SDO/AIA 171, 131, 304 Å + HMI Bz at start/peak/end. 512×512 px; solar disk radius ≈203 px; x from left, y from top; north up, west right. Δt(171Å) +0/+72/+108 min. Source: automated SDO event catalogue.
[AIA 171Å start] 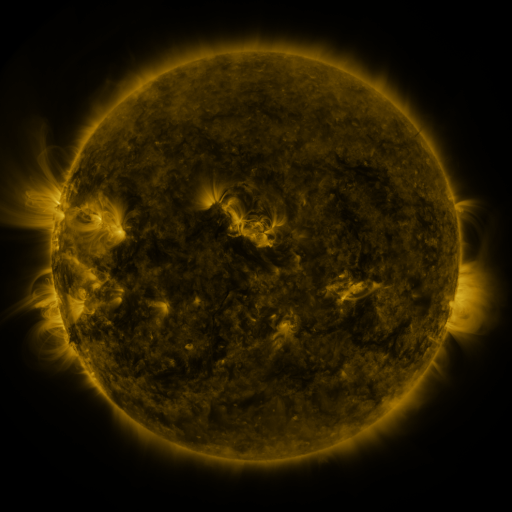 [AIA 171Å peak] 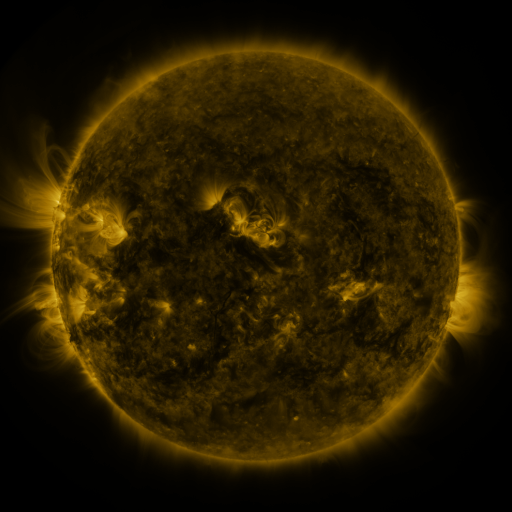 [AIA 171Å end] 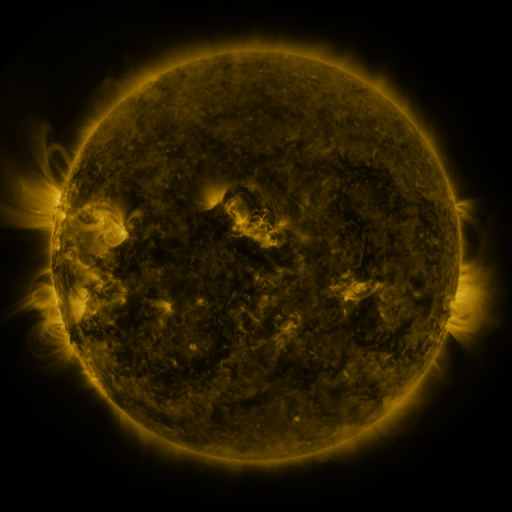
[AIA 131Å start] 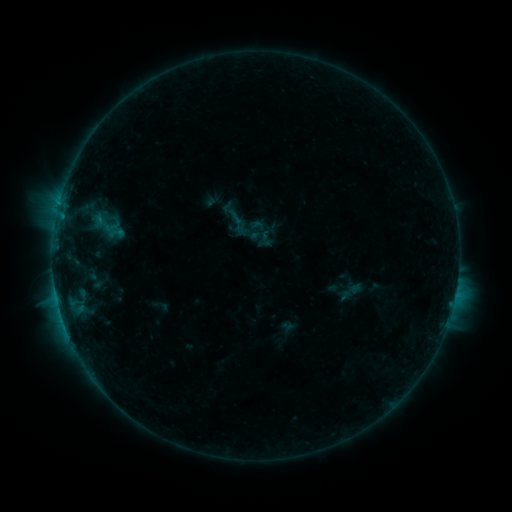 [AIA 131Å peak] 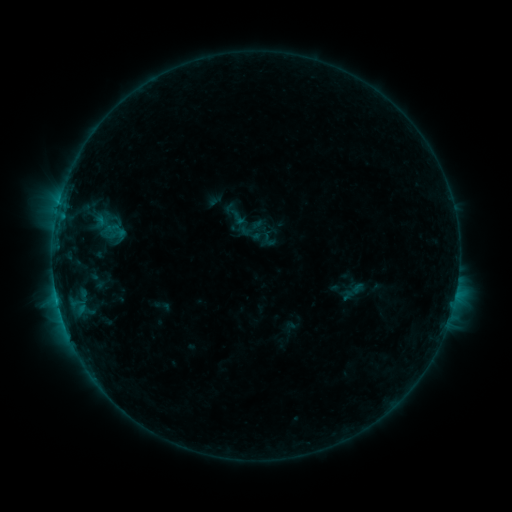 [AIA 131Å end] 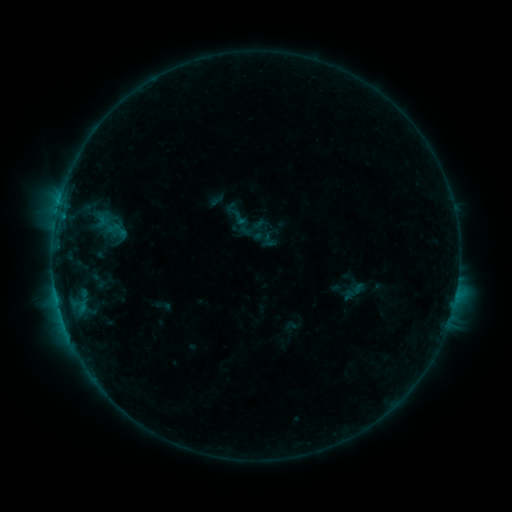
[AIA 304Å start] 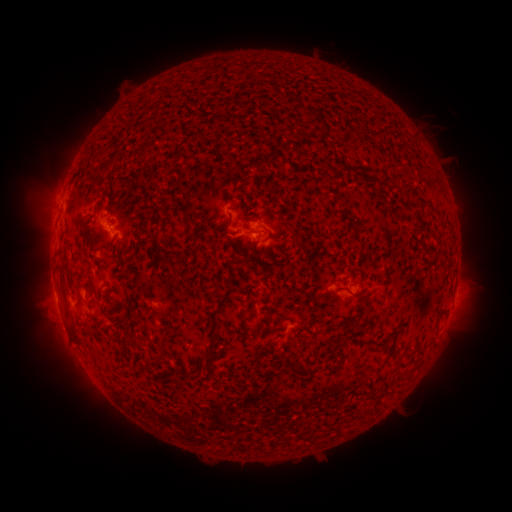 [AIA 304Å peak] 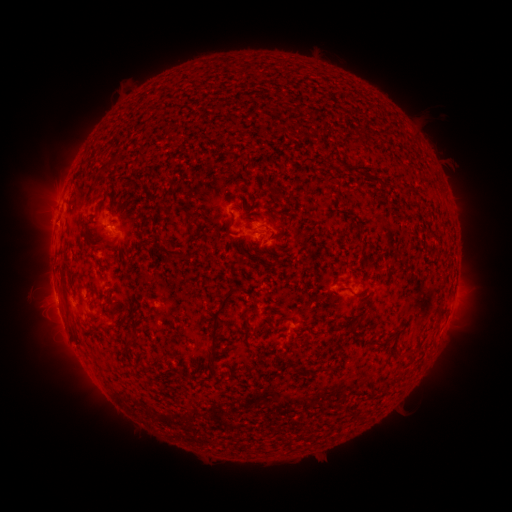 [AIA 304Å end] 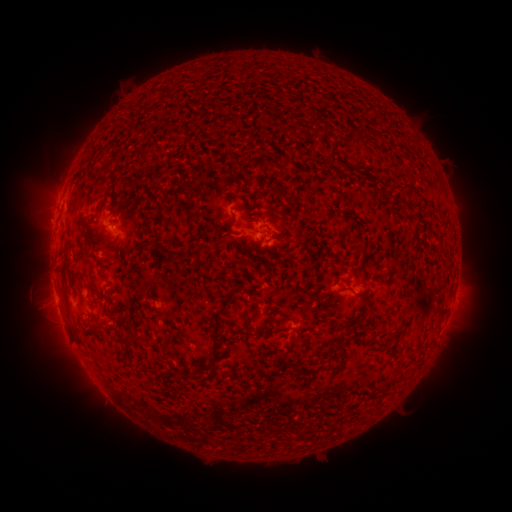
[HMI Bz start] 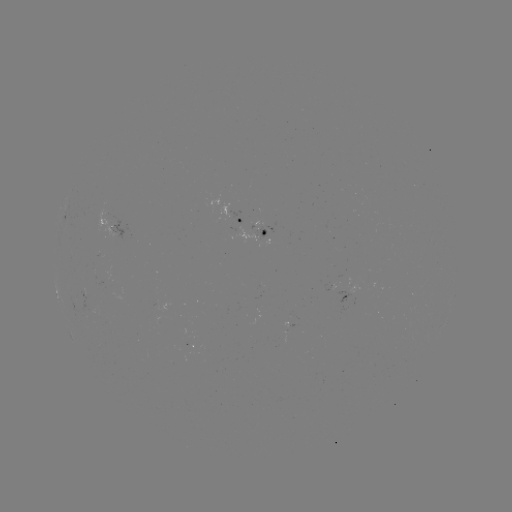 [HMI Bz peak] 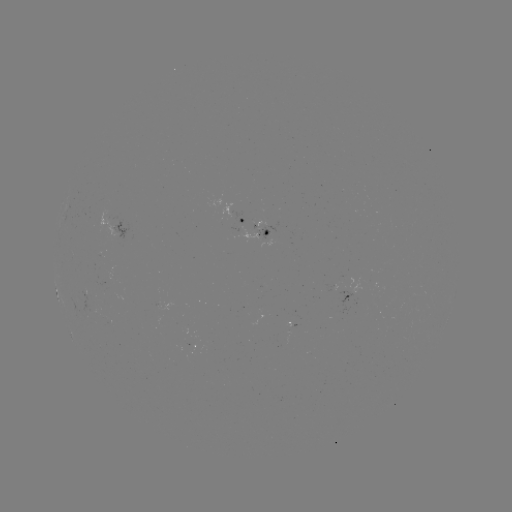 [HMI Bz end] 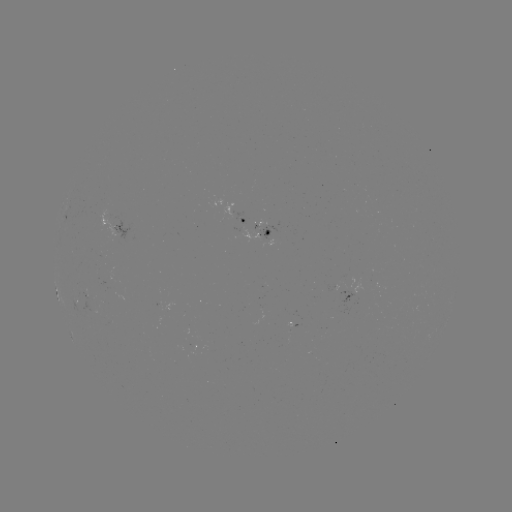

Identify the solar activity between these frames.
emerging-flux region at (269, 234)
